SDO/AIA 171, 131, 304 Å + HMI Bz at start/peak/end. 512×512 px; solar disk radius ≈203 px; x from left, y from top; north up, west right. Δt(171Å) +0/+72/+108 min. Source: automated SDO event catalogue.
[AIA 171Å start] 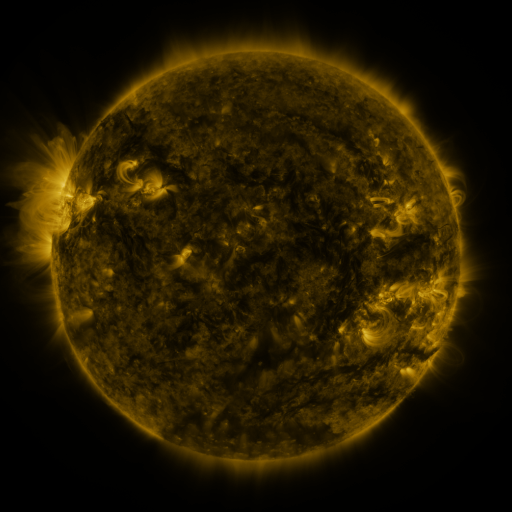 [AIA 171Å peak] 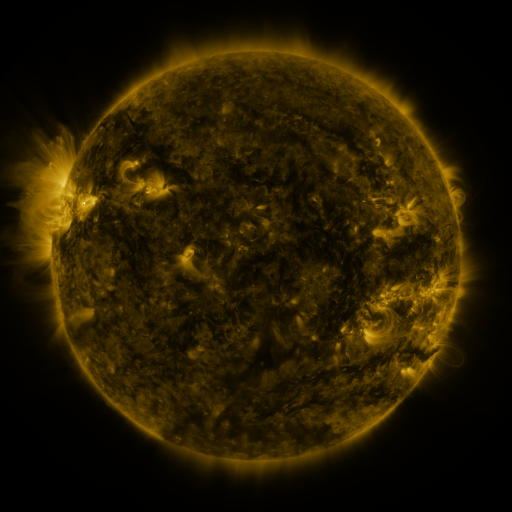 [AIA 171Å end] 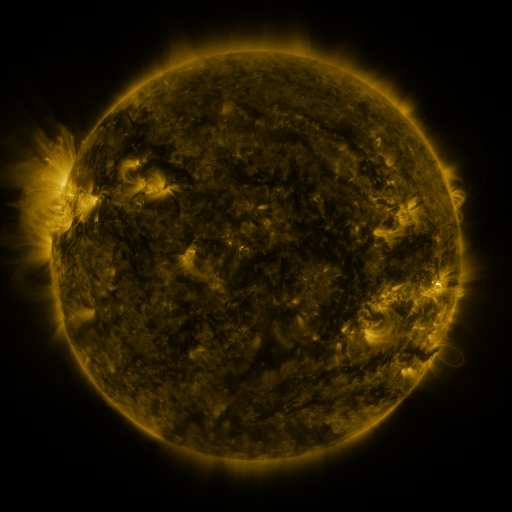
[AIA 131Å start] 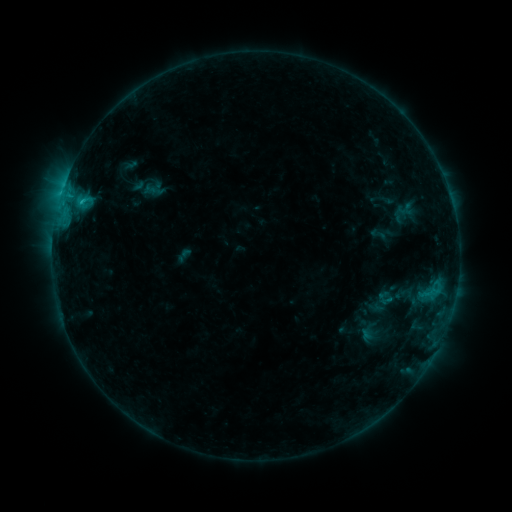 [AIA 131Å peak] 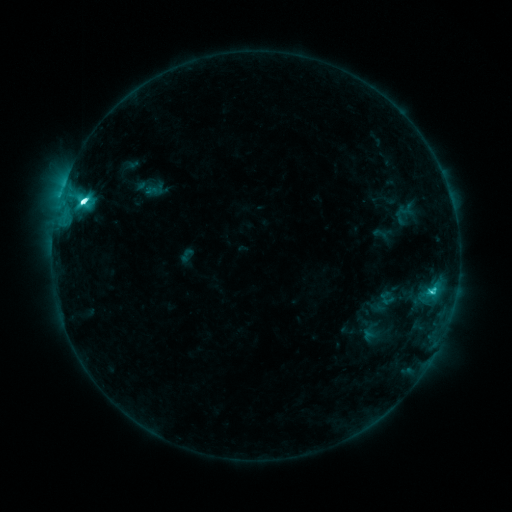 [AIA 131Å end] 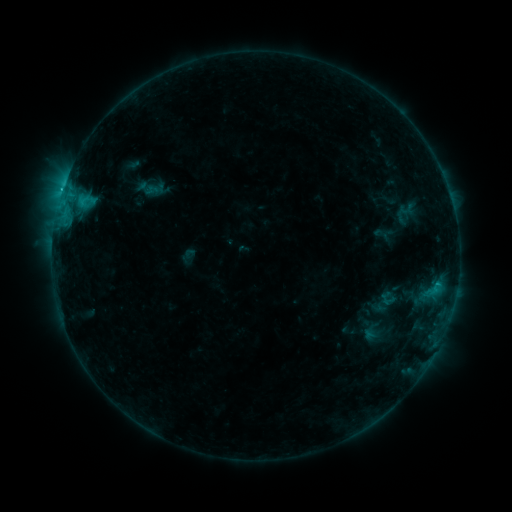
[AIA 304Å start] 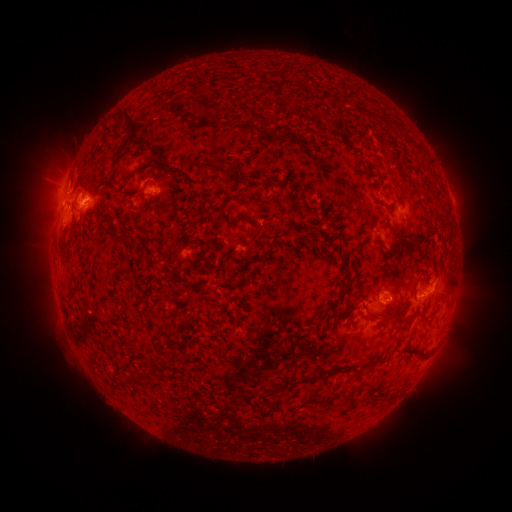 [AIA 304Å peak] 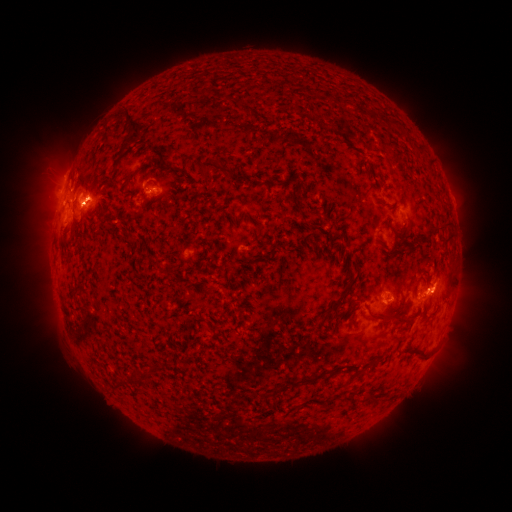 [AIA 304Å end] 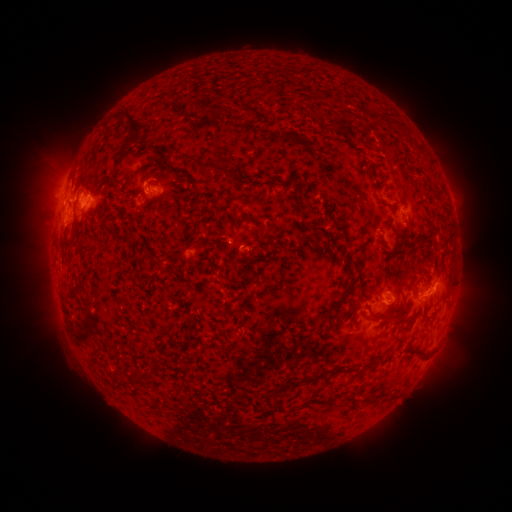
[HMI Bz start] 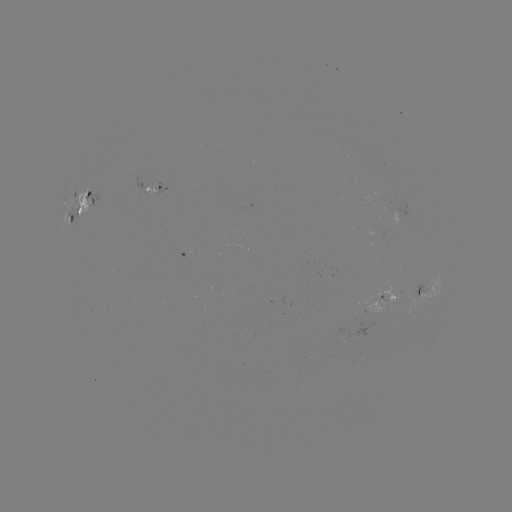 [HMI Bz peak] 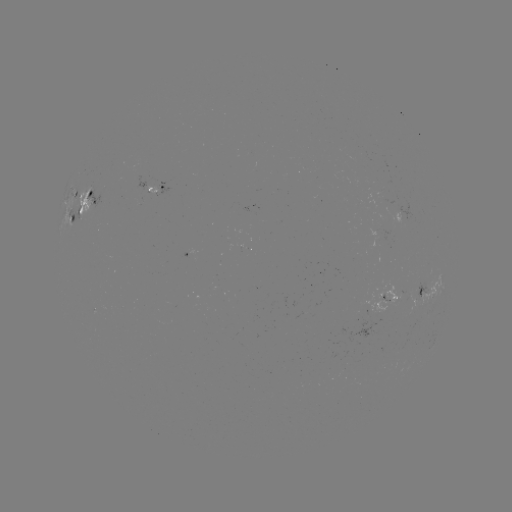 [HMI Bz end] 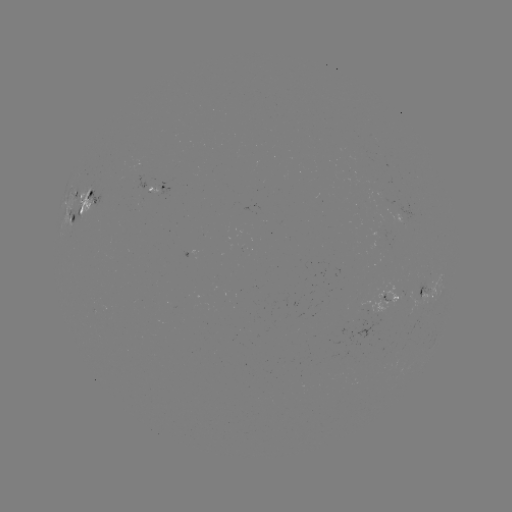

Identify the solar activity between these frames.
emerging-flux region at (394, 294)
